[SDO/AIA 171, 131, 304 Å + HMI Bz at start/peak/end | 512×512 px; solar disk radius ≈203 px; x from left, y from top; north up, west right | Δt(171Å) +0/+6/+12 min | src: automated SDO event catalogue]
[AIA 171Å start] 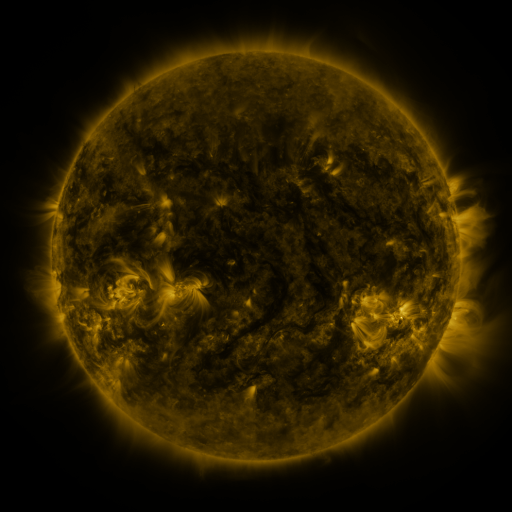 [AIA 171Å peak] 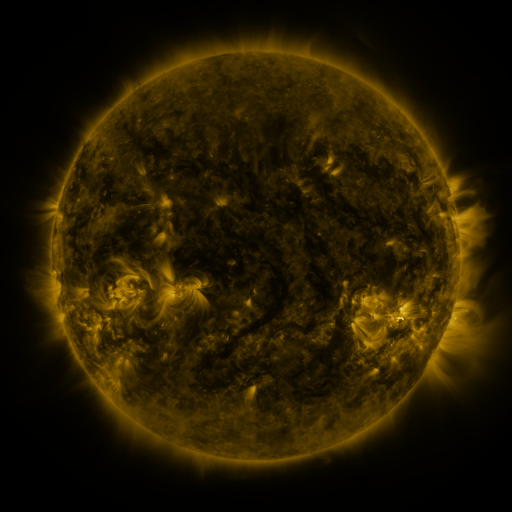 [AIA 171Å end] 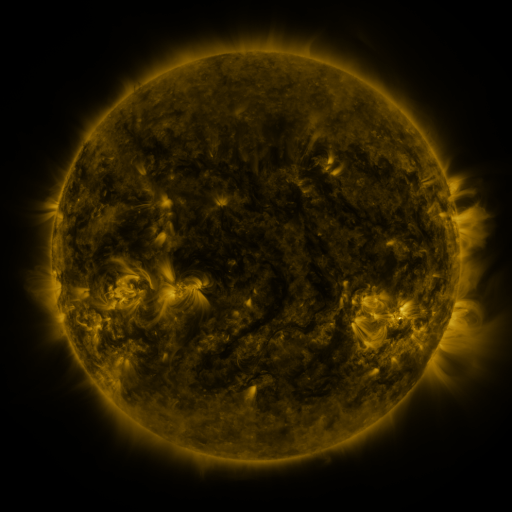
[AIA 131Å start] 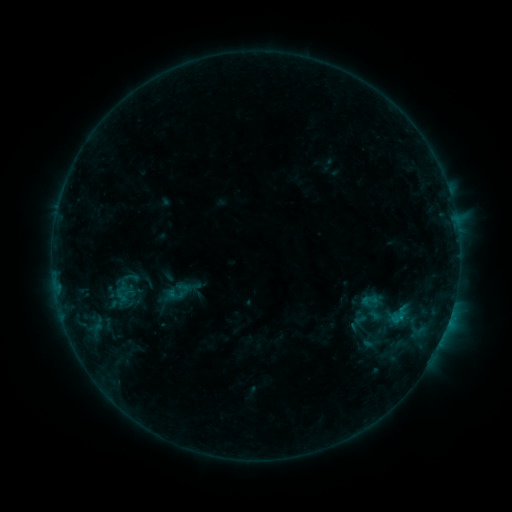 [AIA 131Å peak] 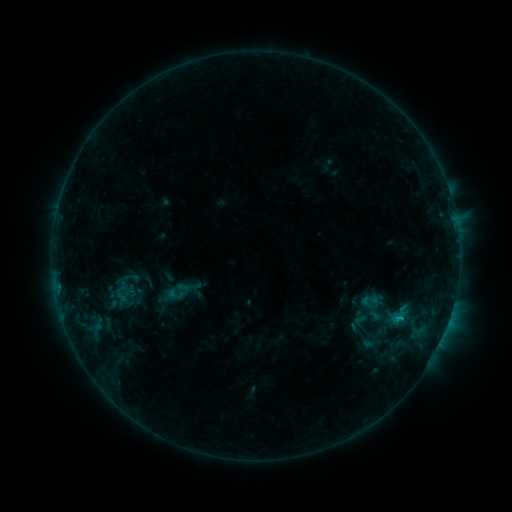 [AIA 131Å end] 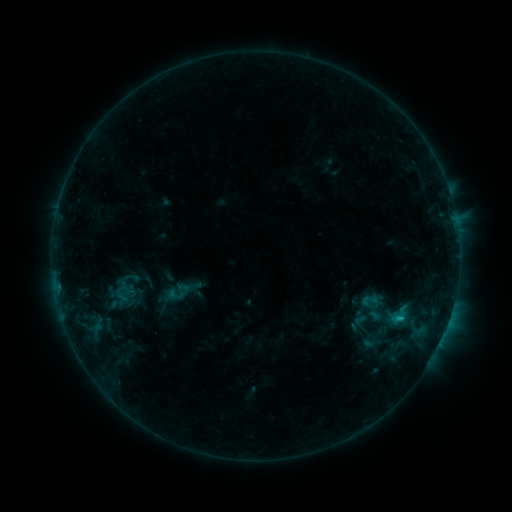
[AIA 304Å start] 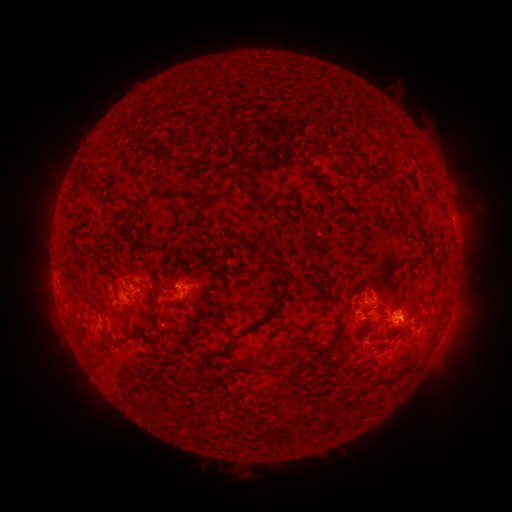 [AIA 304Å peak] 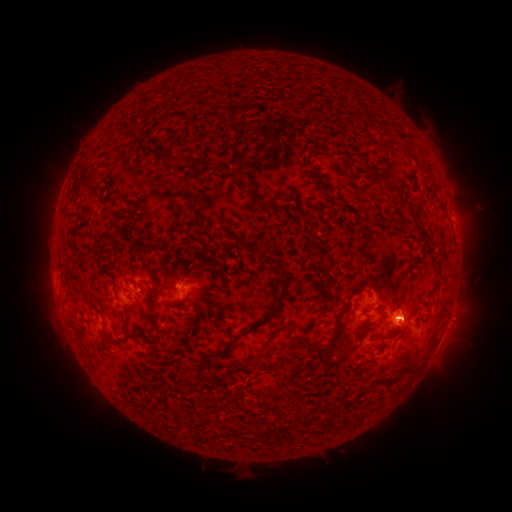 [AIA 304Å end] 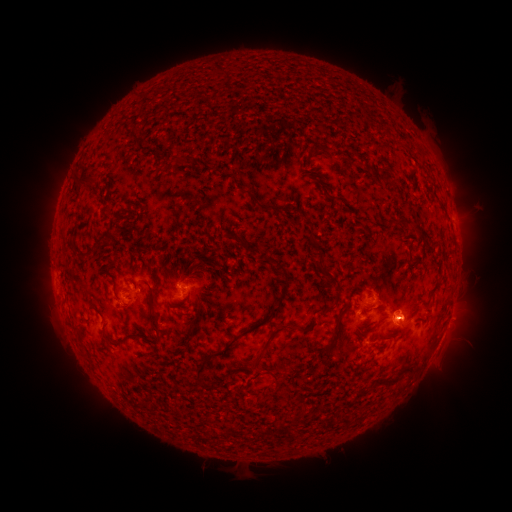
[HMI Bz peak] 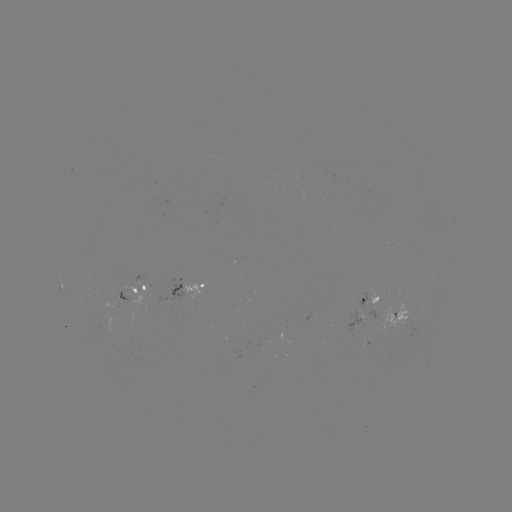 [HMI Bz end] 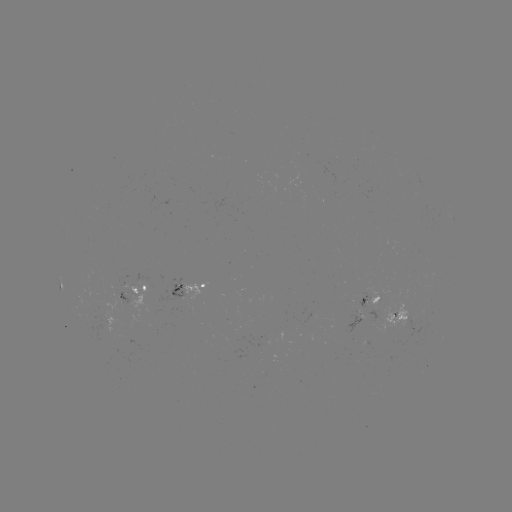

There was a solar flare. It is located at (397, 315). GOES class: B8.0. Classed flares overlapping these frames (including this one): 1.